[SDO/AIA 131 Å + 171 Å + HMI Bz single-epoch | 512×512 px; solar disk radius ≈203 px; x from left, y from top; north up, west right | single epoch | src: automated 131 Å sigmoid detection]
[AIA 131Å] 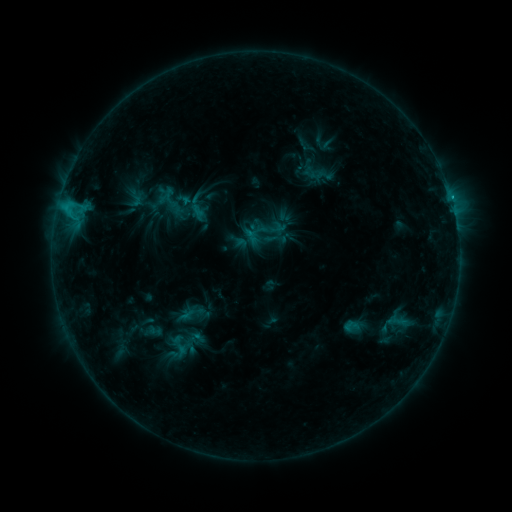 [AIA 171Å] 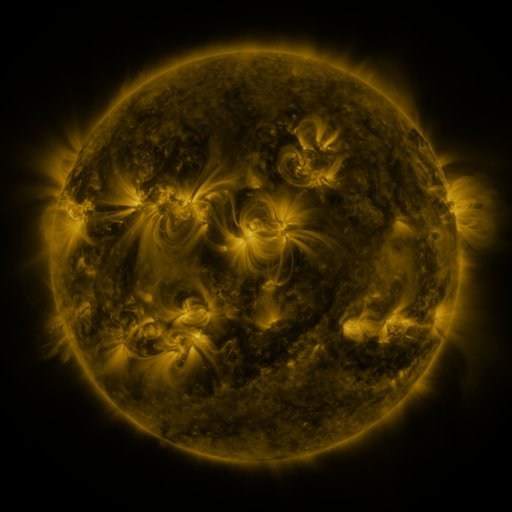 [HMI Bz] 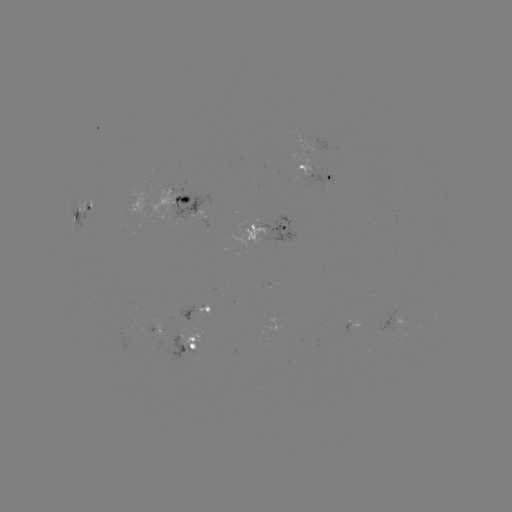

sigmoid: [126, 189, 145, 208]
